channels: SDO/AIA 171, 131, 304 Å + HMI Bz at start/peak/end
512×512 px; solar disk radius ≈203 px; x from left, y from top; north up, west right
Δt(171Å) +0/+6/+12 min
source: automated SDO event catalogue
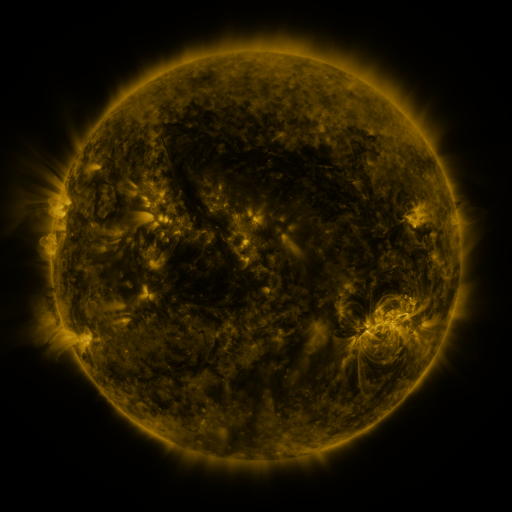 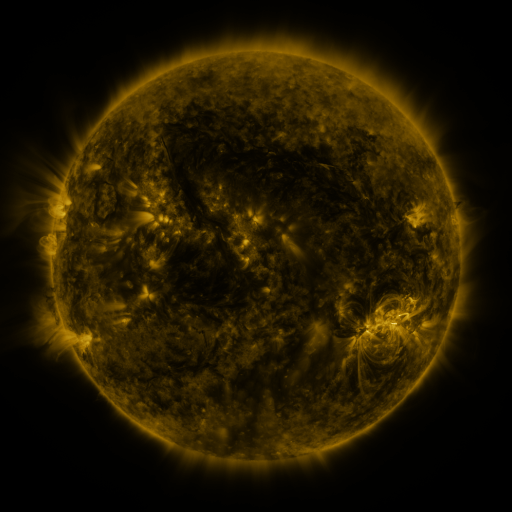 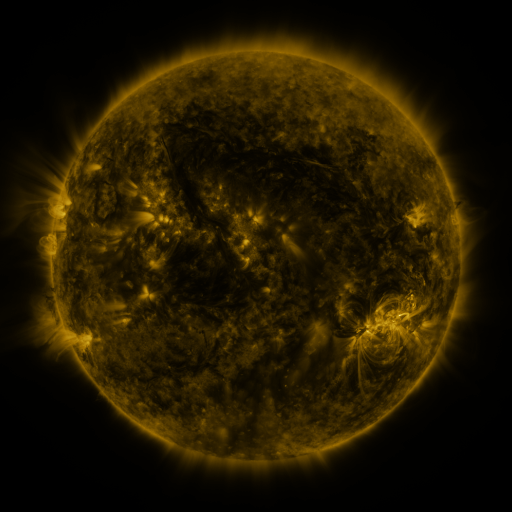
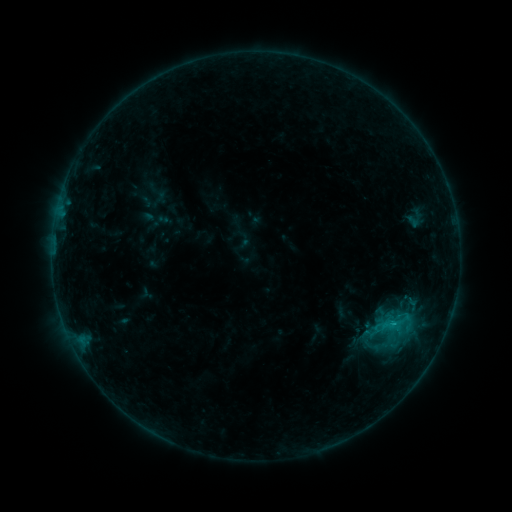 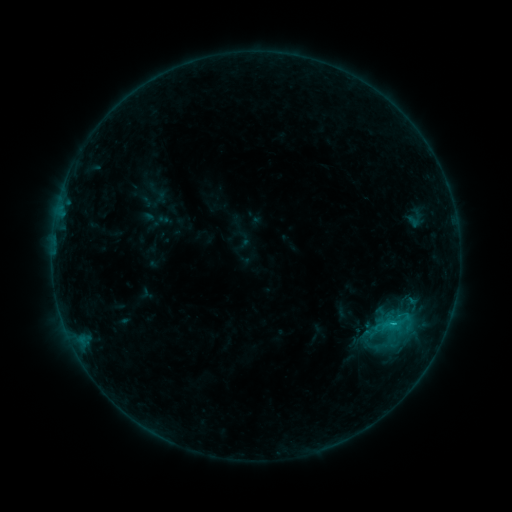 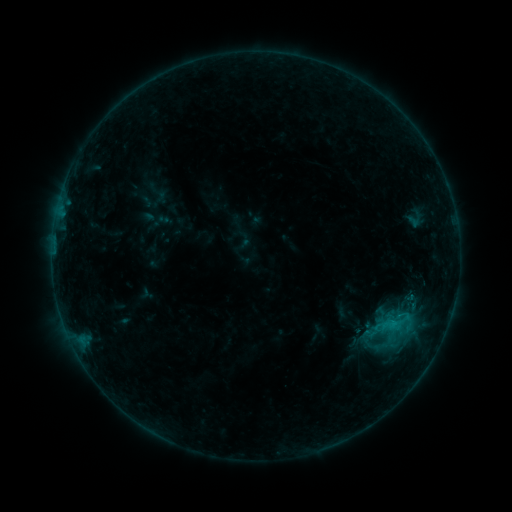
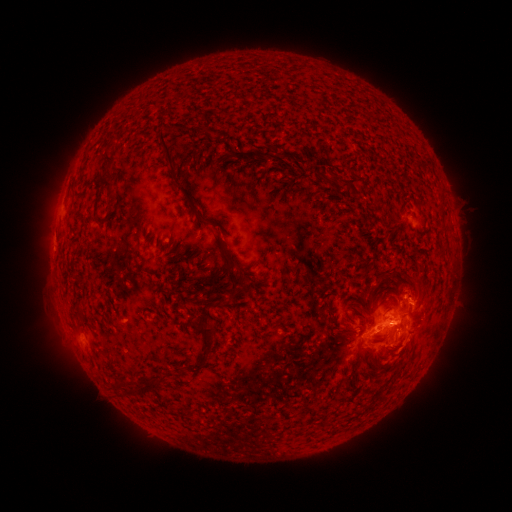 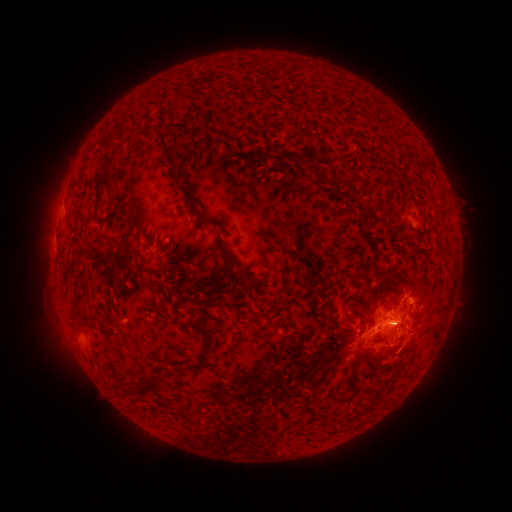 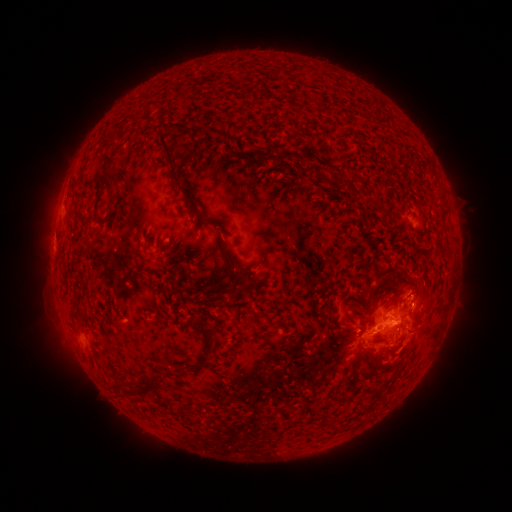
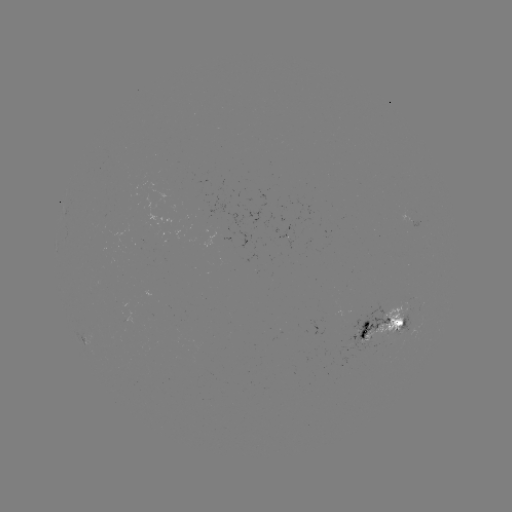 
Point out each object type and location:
C1.7 flare: (393, 322)
